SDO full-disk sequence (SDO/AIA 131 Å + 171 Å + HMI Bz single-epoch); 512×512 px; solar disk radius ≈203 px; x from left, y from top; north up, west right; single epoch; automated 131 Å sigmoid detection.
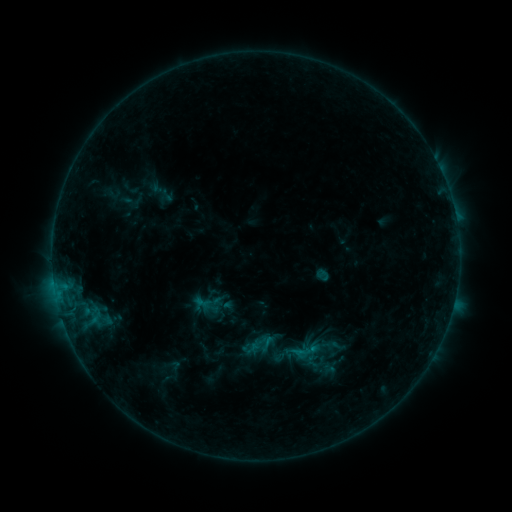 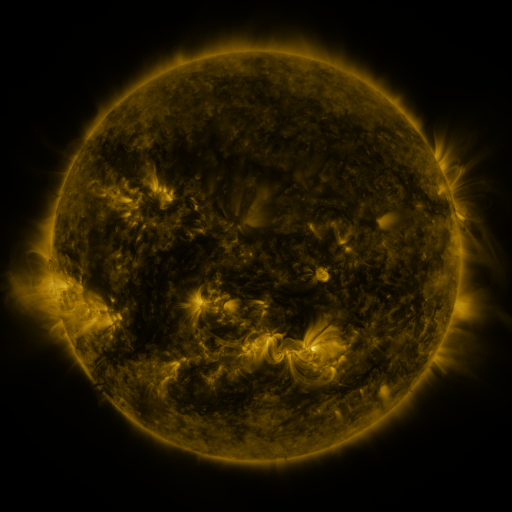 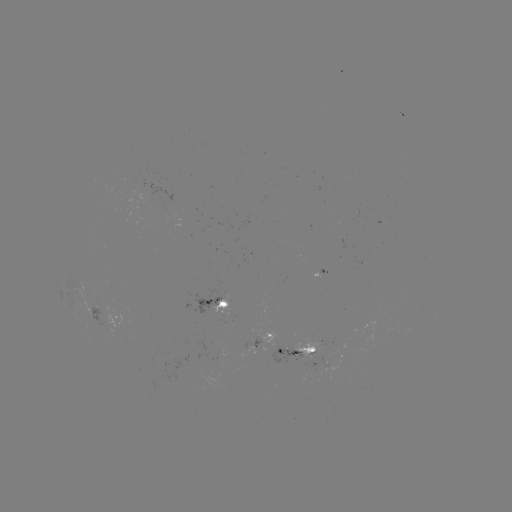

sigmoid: [288, 340, 311, 363]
